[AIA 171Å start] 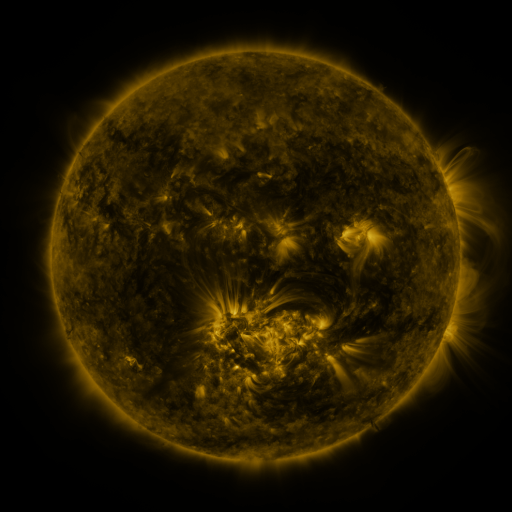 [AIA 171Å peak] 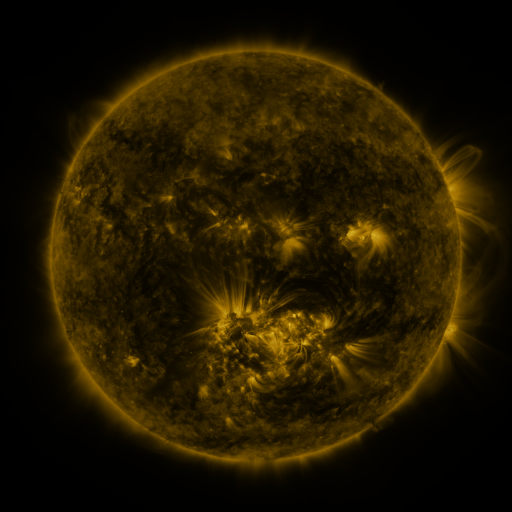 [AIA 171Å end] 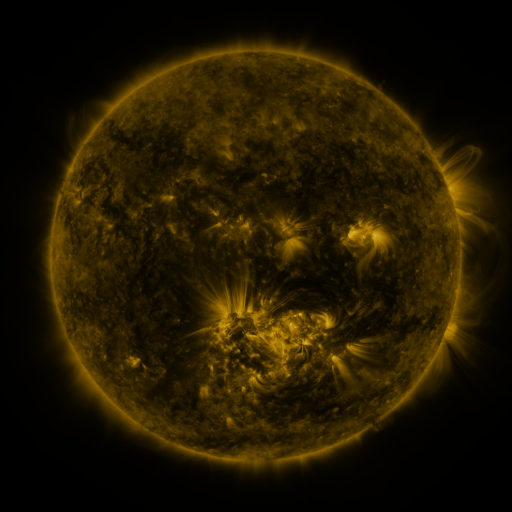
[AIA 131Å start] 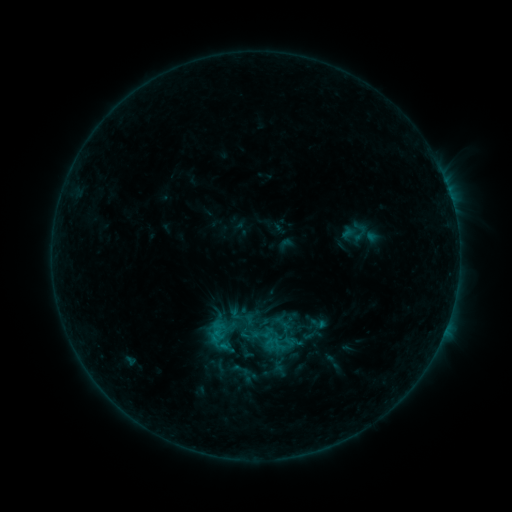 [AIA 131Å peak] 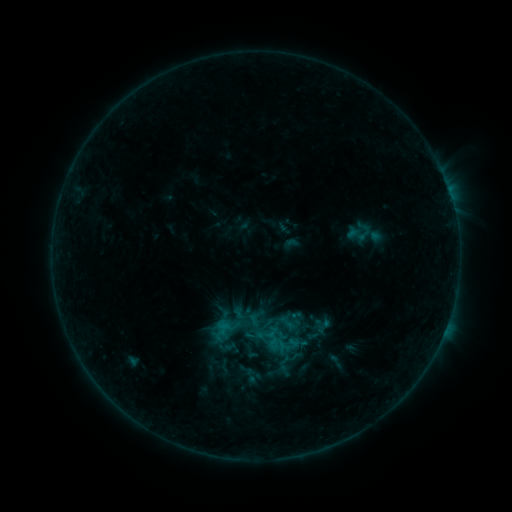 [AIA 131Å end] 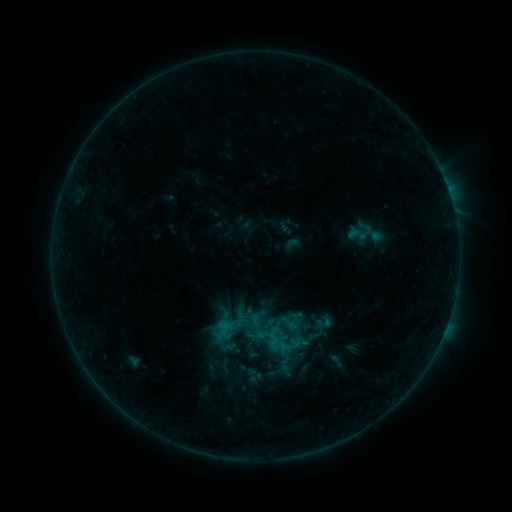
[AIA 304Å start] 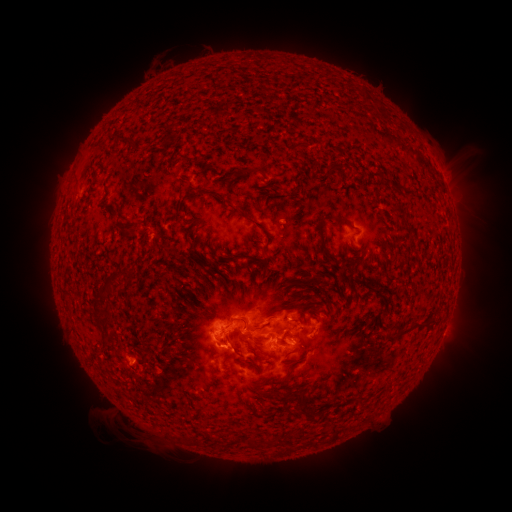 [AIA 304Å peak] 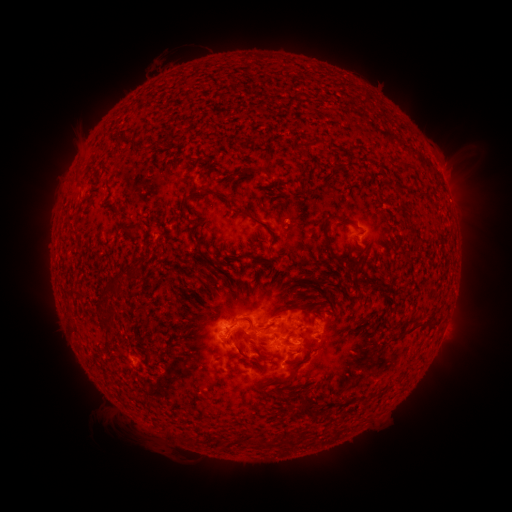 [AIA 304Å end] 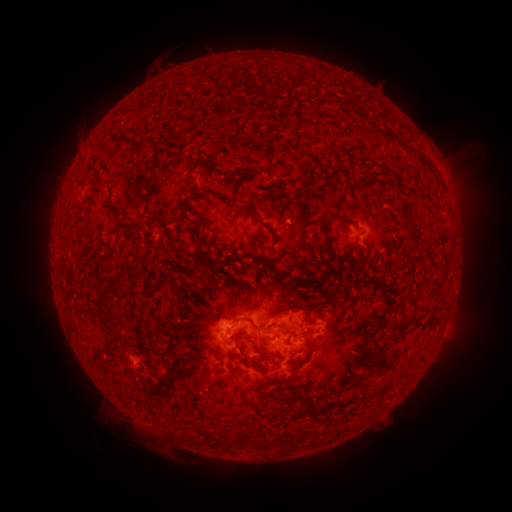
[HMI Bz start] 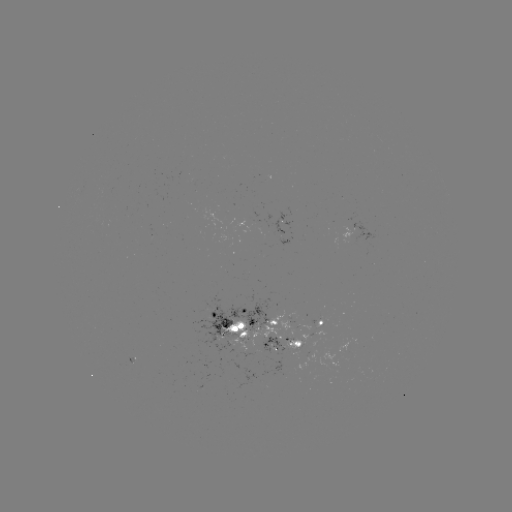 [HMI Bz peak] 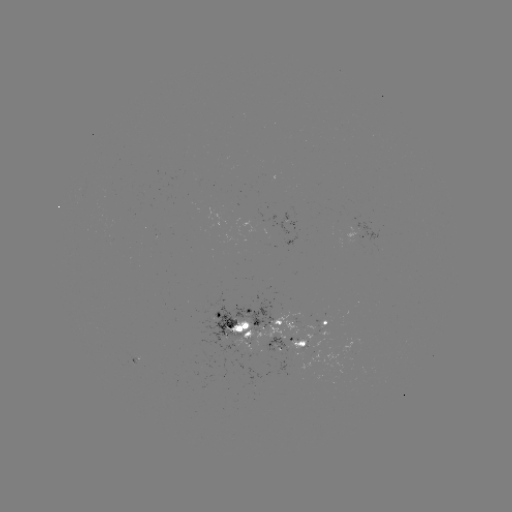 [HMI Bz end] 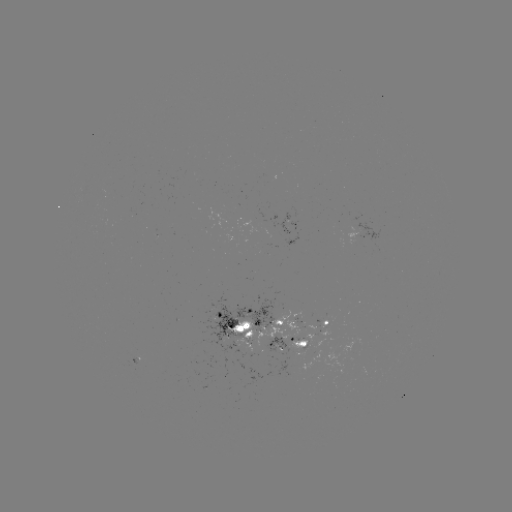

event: emerging-flux region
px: (320, 327)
